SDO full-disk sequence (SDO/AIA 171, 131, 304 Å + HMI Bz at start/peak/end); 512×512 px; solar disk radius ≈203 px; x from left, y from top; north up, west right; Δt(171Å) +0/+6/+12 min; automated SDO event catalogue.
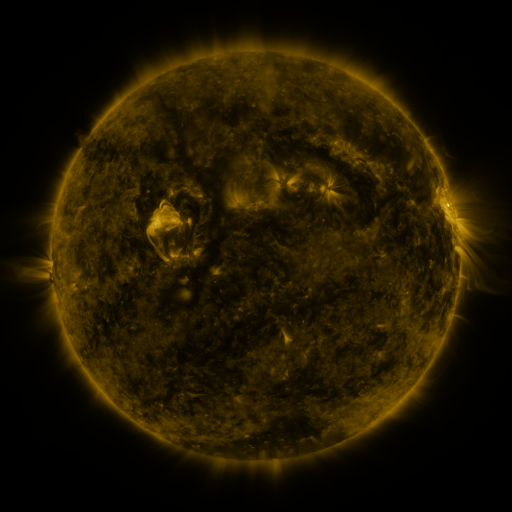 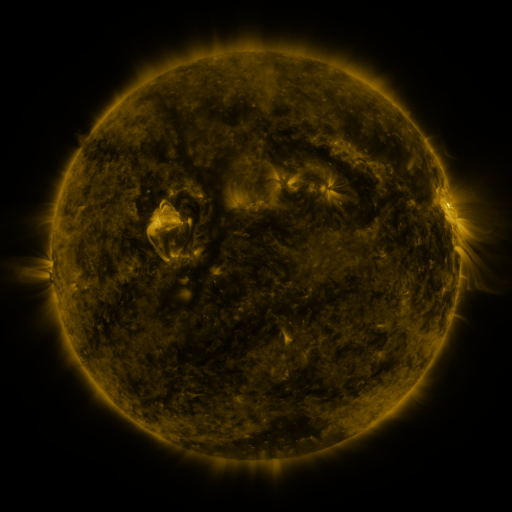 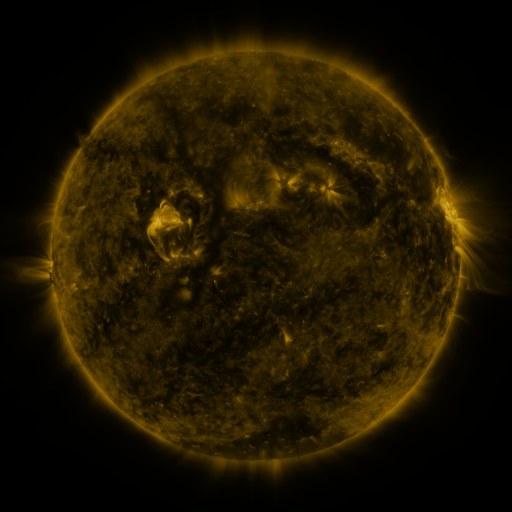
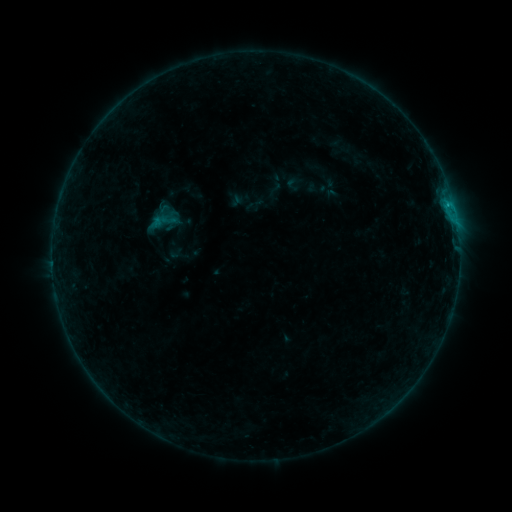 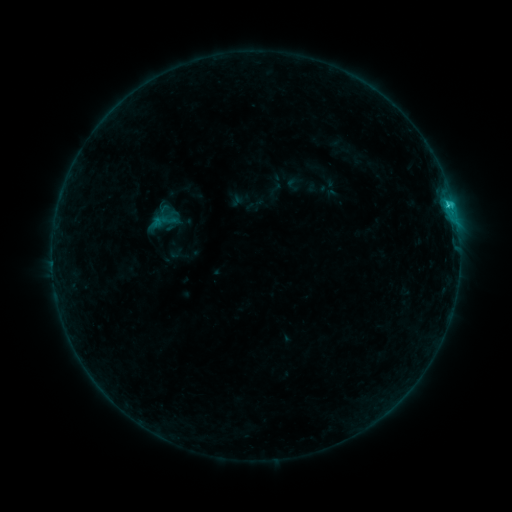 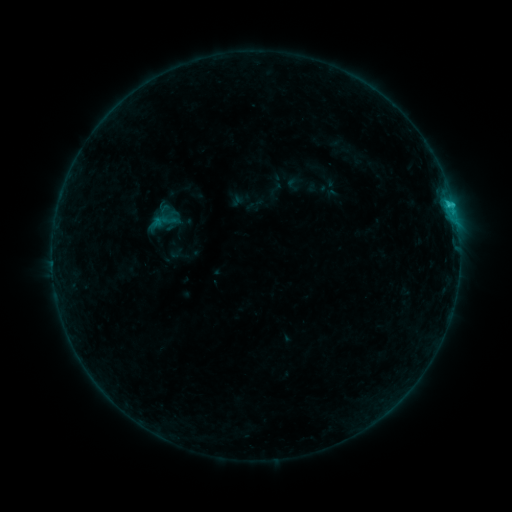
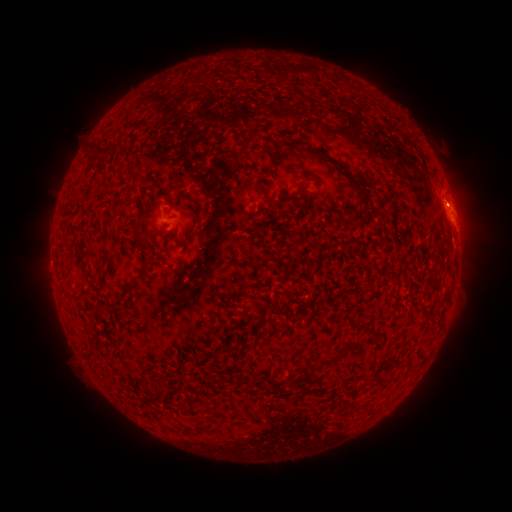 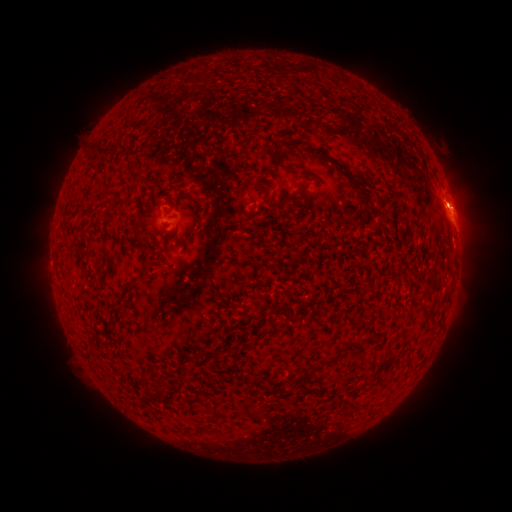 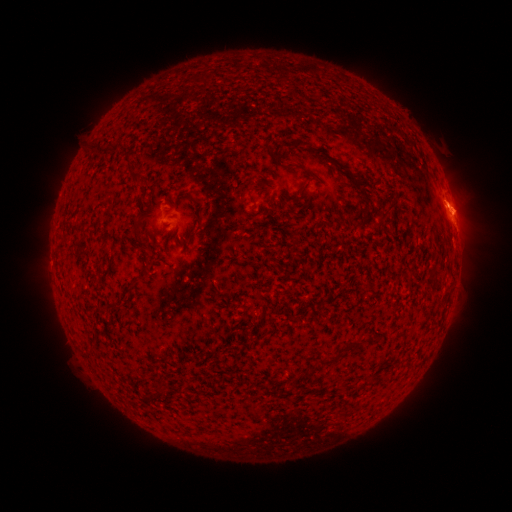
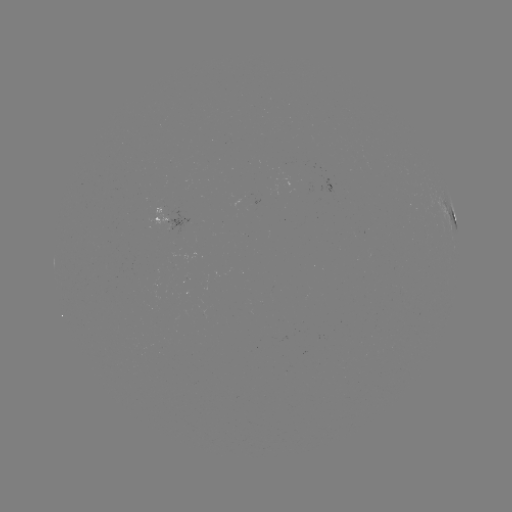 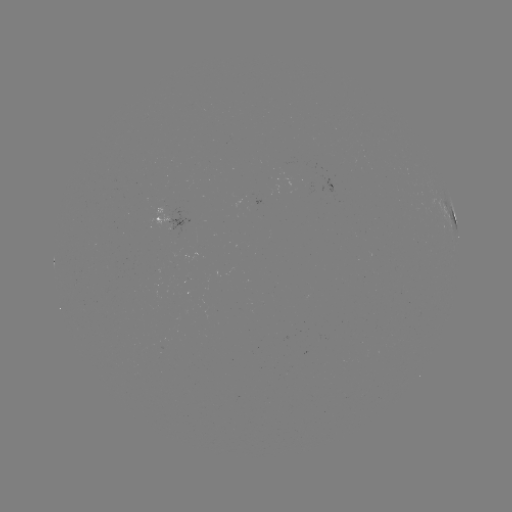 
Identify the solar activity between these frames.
C1.0 flare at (448, 206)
